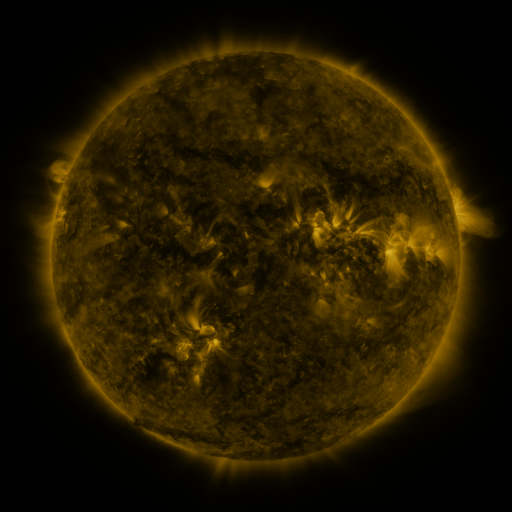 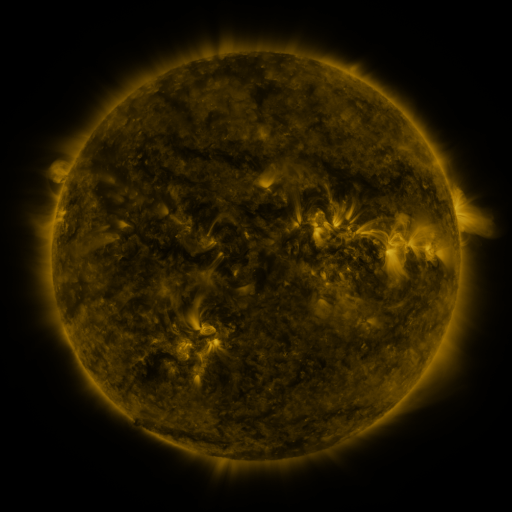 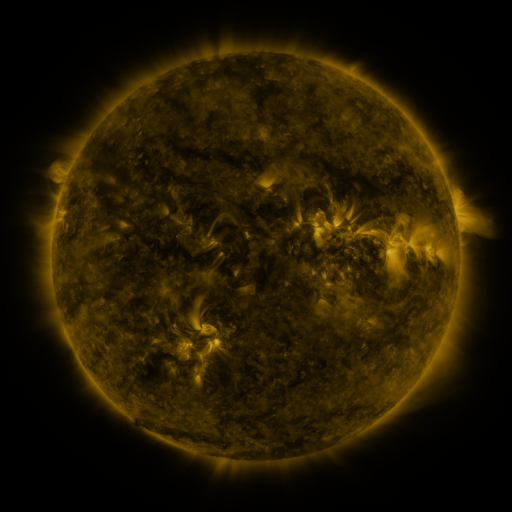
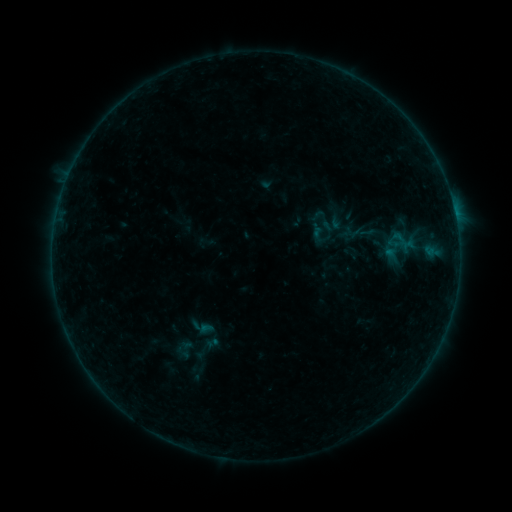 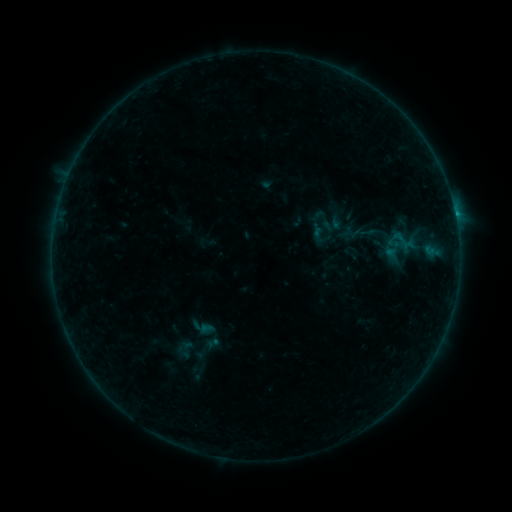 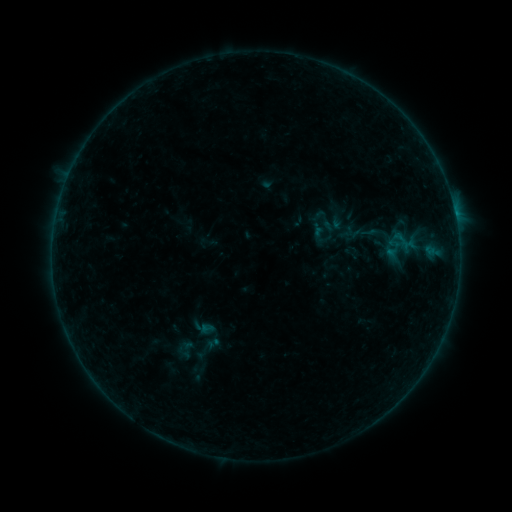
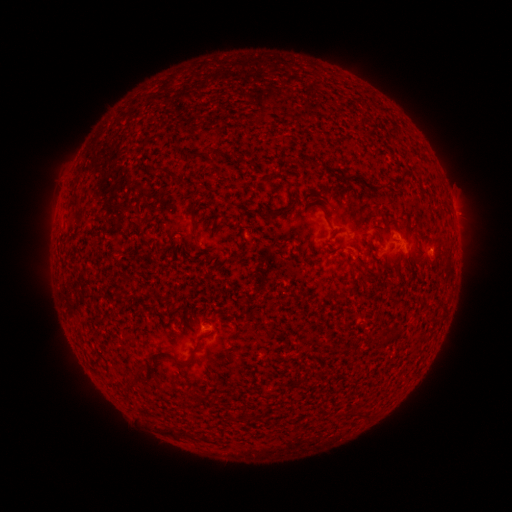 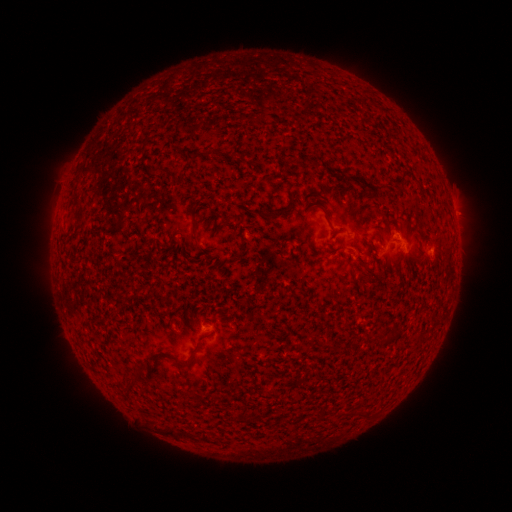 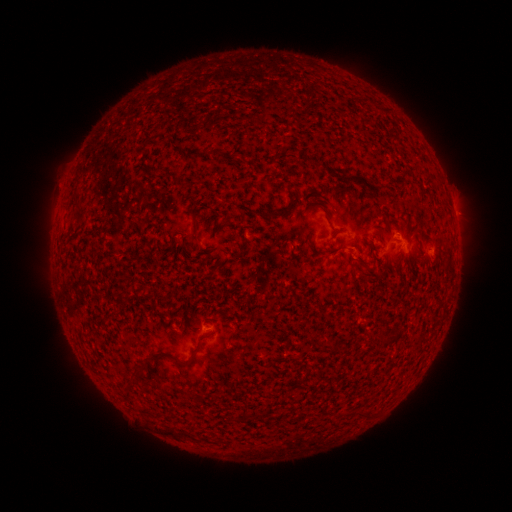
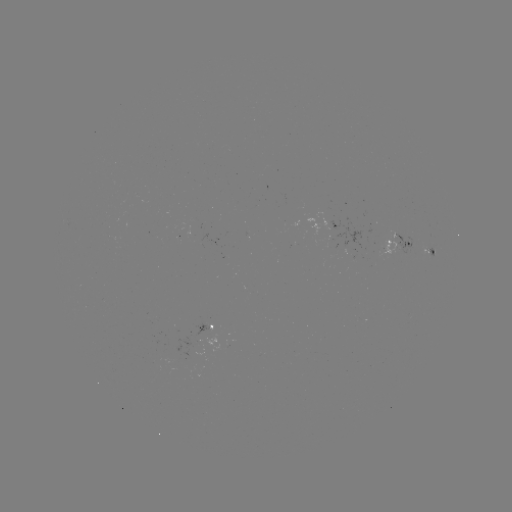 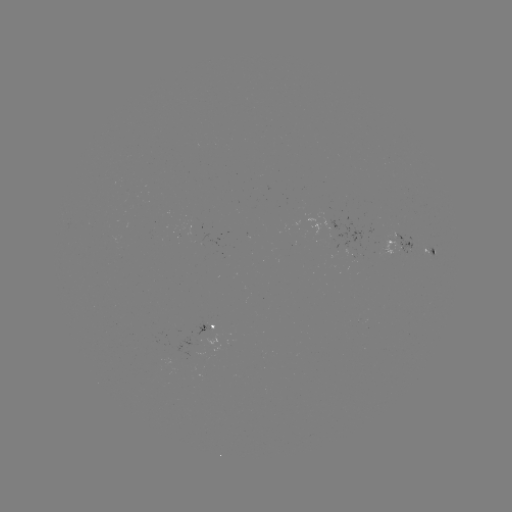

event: flare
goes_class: B2.5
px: (455, 218)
